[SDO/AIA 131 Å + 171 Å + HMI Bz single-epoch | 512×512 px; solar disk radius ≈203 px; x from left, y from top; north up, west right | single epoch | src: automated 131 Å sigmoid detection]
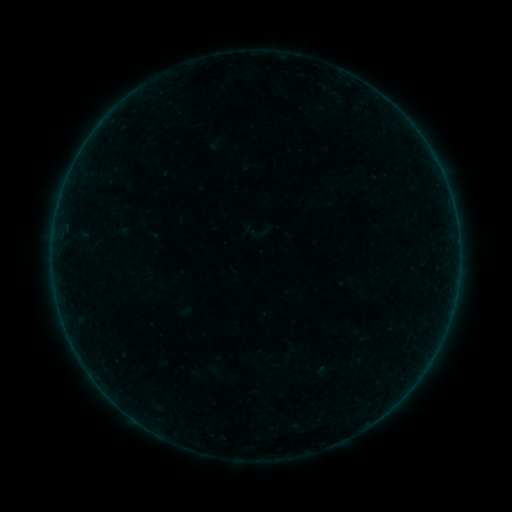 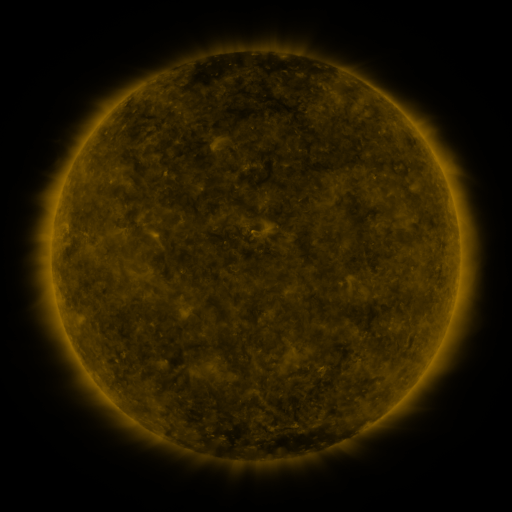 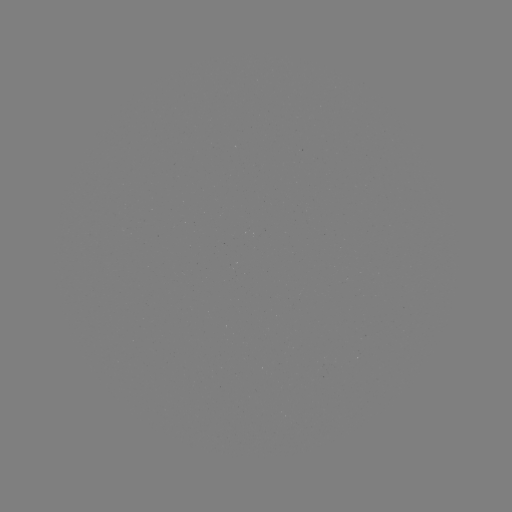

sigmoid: [242, 218, 270, 246]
